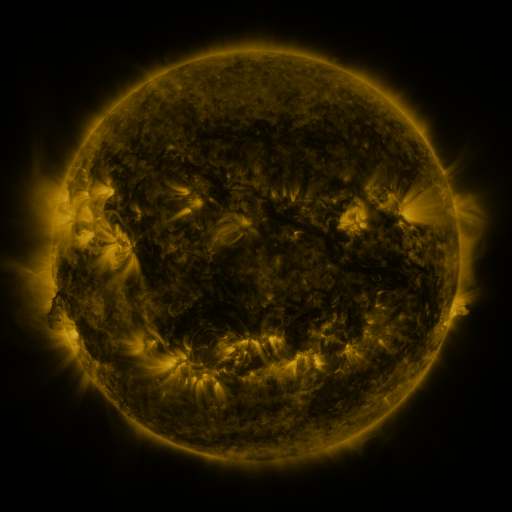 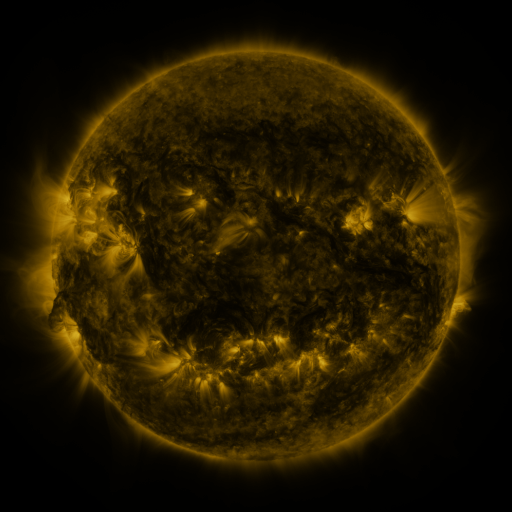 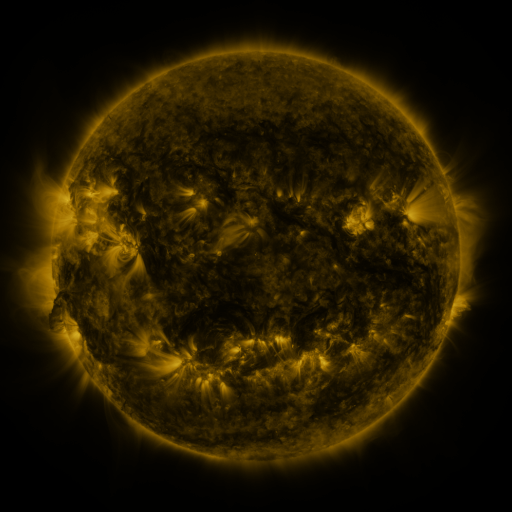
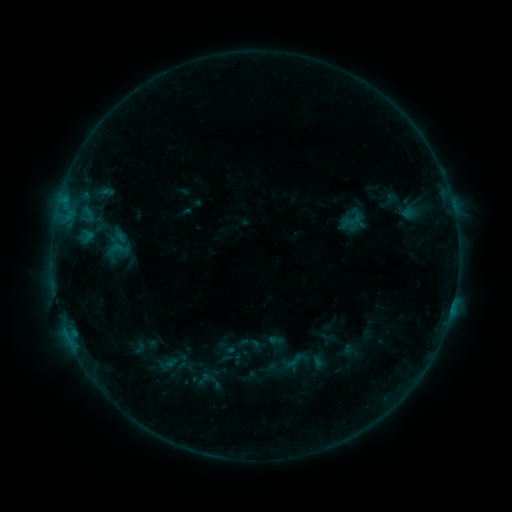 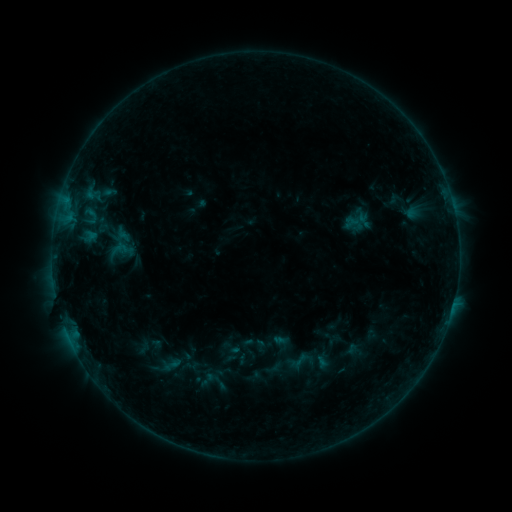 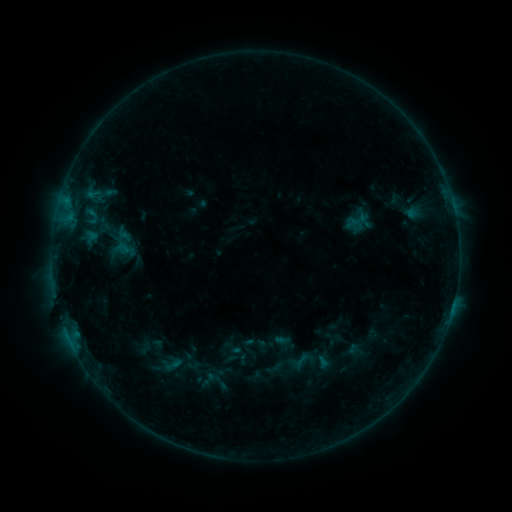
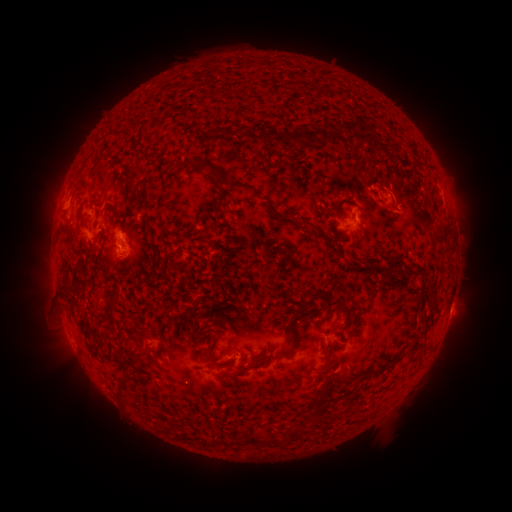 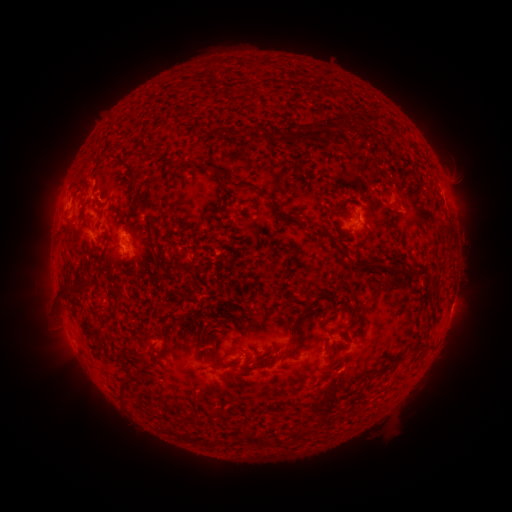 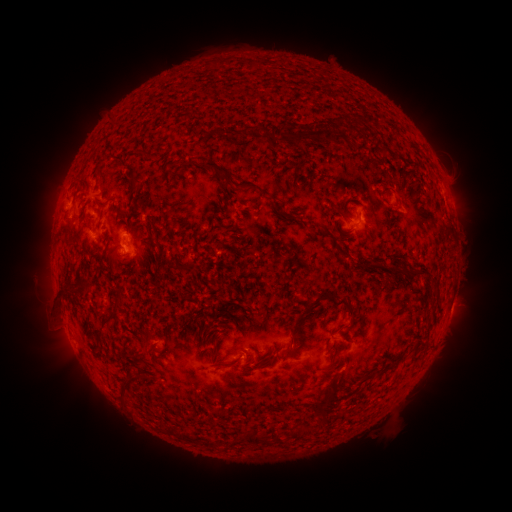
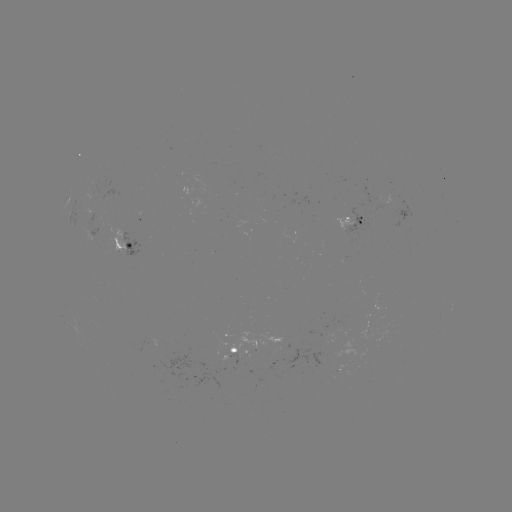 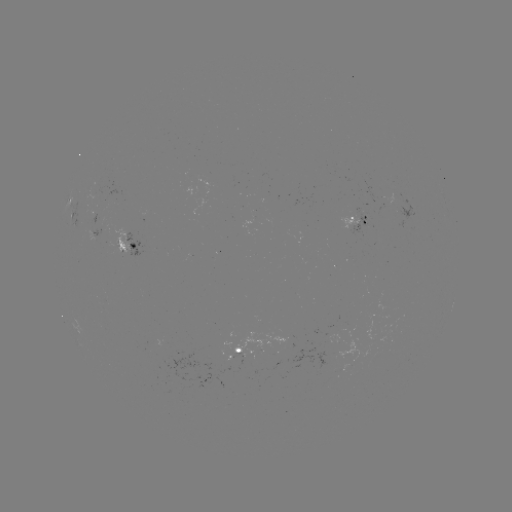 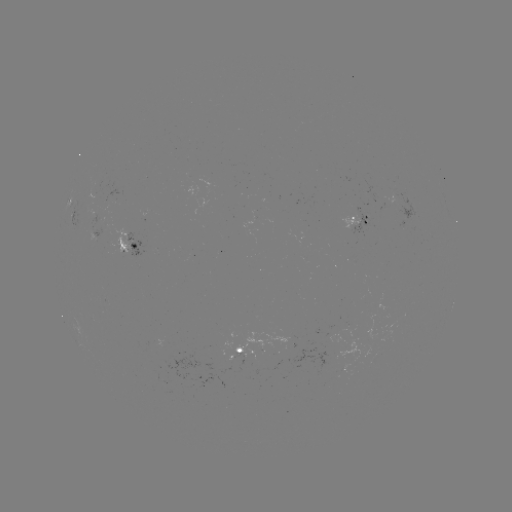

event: emerging-flux region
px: (383, 201)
